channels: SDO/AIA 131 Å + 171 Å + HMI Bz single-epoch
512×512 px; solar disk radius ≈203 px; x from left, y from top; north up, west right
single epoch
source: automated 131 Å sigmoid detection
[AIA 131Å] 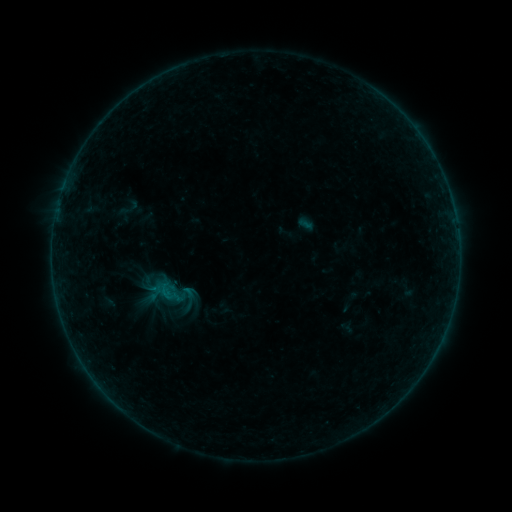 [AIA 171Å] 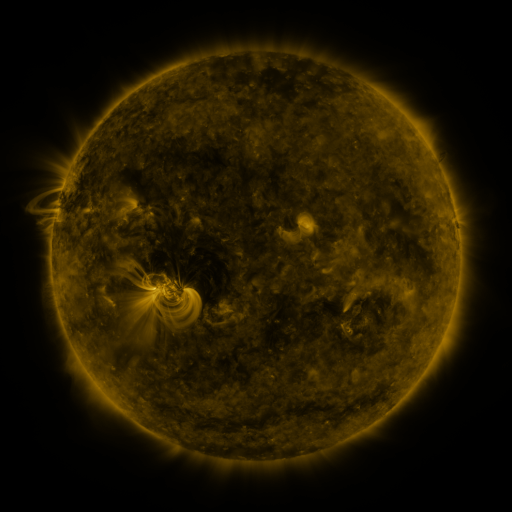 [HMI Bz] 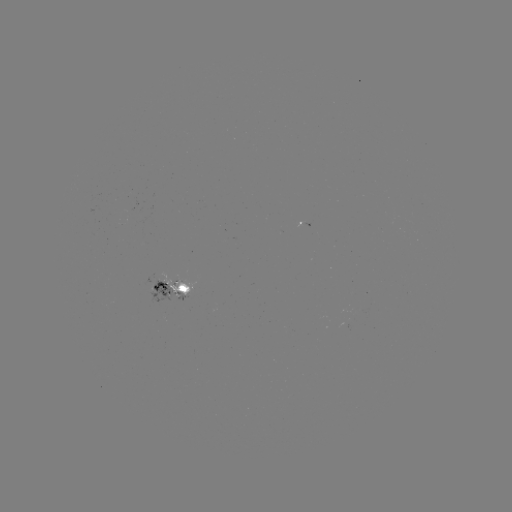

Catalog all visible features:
sigmoid: (150, 274, 189, 311)
